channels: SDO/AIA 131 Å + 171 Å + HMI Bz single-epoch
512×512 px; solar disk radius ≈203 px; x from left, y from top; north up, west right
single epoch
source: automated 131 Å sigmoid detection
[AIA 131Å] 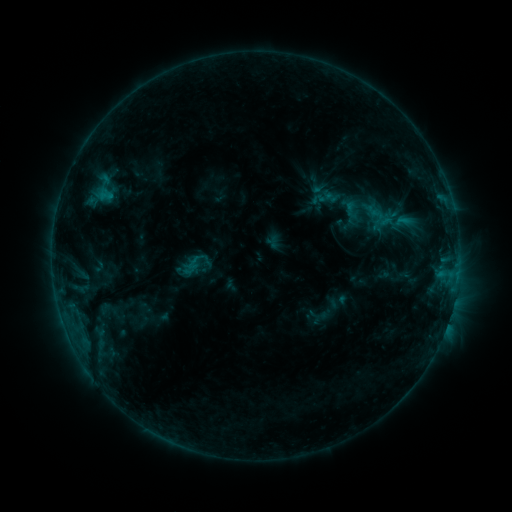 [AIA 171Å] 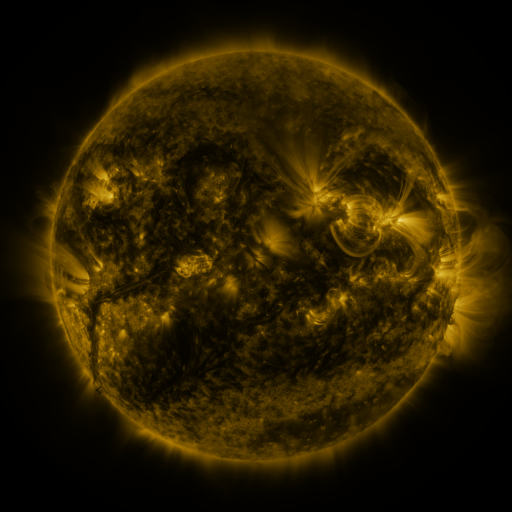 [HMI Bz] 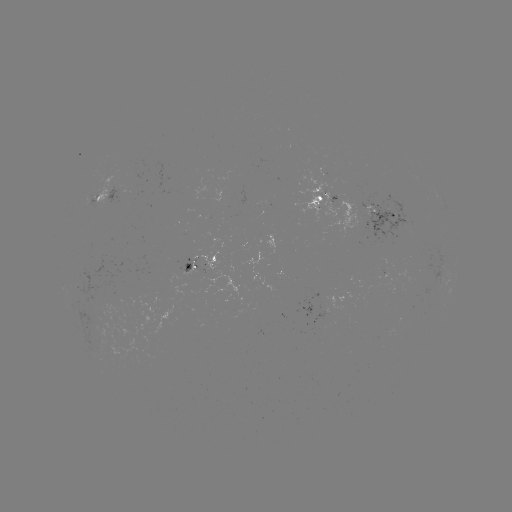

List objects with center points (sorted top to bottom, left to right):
sigmoid: [340, 199, 362, 221]
